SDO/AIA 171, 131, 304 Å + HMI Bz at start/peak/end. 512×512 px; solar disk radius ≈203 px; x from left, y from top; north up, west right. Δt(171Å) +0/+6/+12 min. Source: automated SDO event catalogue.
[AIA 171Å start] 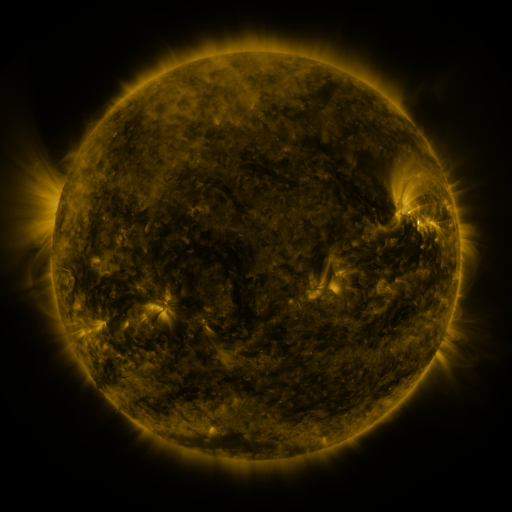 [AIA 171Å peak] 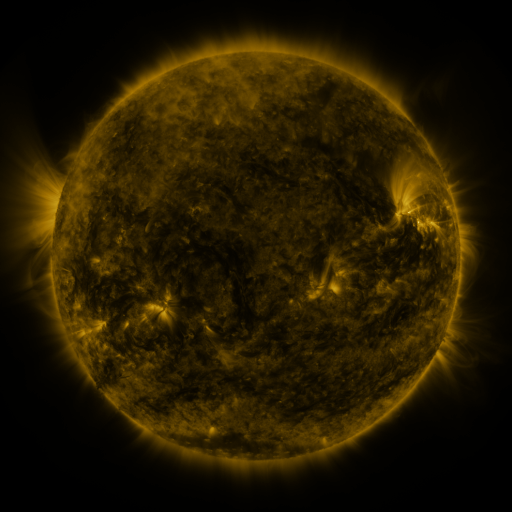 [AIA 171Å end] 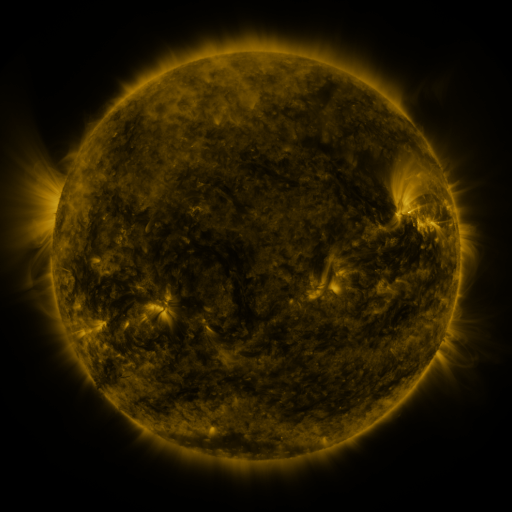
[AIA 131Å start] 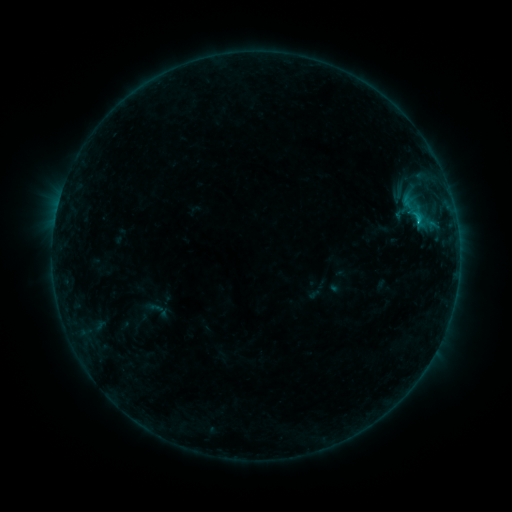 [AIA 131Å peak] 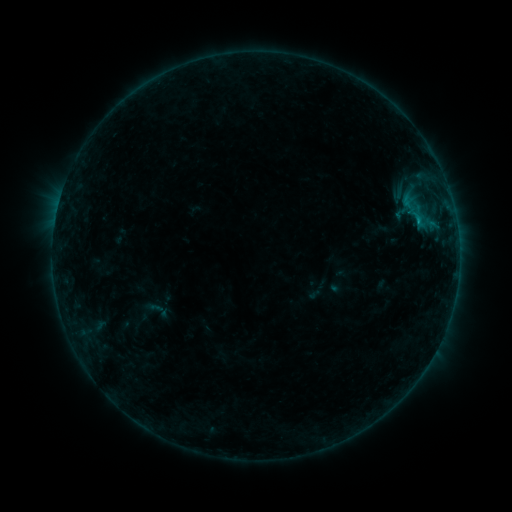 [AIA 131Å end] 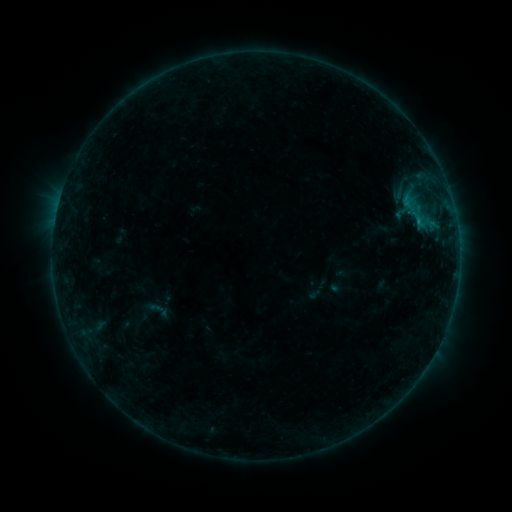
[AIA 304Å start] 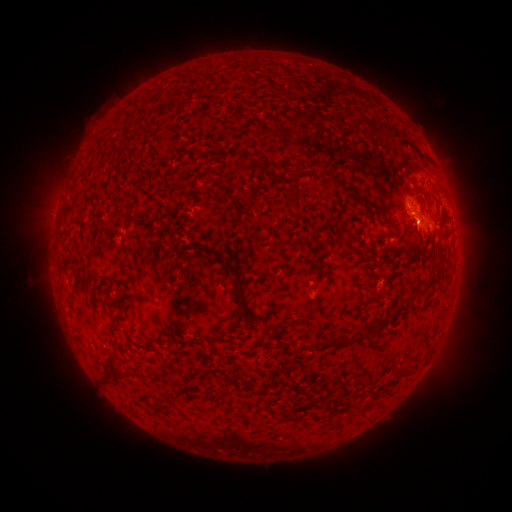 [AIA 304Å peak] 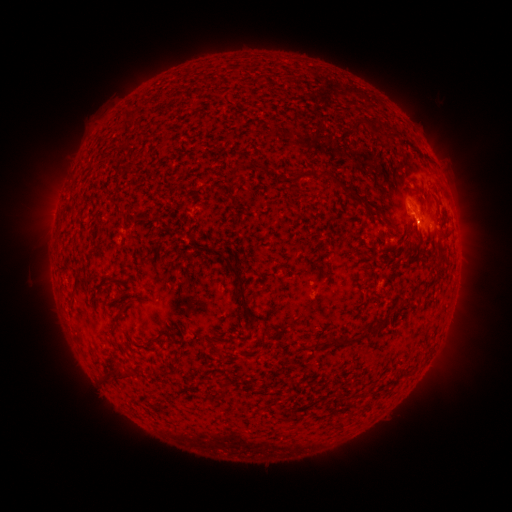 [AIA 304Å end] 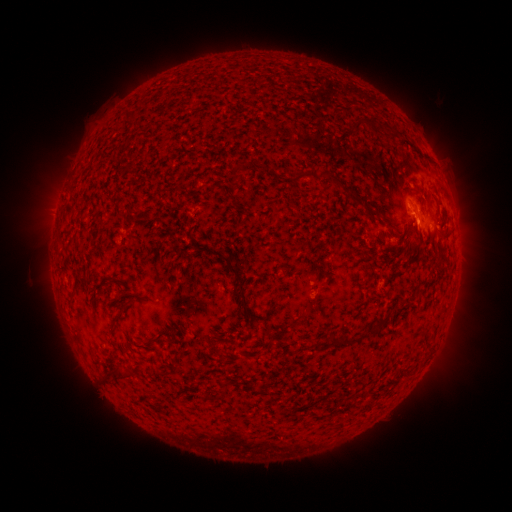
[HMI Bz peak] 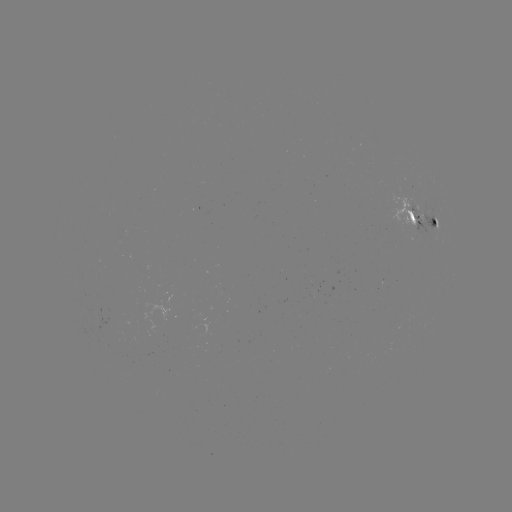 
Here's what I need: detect B8.7 flare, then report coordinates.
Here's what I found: B8.7 flare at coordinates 416,225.